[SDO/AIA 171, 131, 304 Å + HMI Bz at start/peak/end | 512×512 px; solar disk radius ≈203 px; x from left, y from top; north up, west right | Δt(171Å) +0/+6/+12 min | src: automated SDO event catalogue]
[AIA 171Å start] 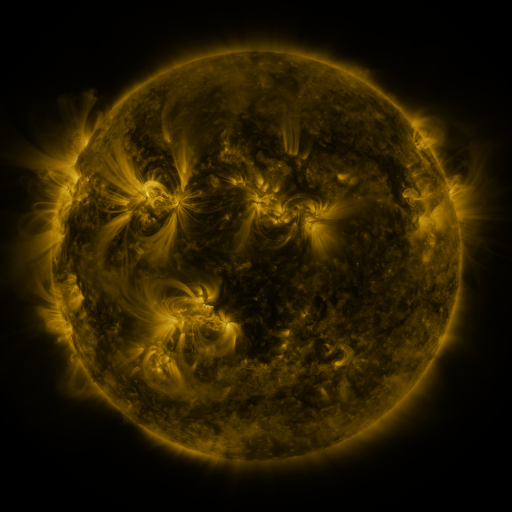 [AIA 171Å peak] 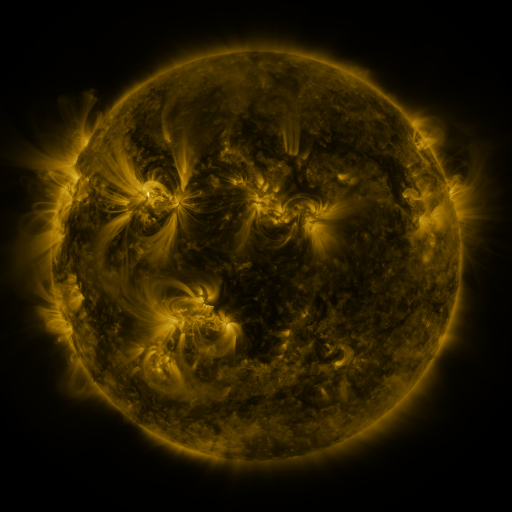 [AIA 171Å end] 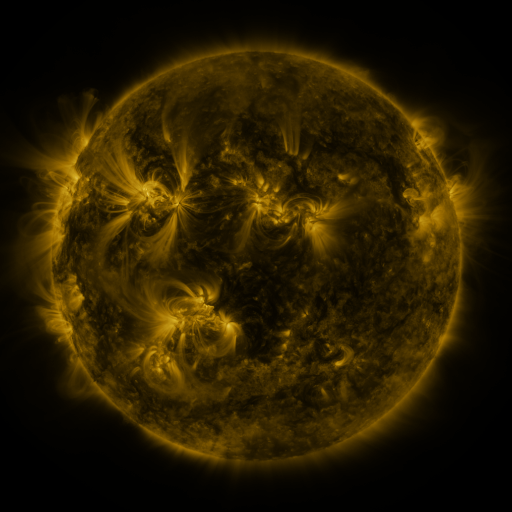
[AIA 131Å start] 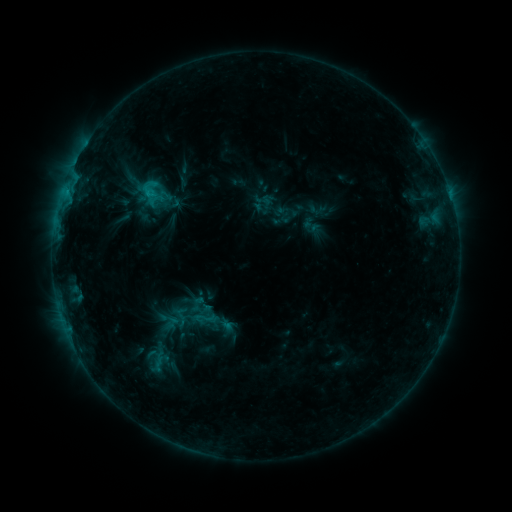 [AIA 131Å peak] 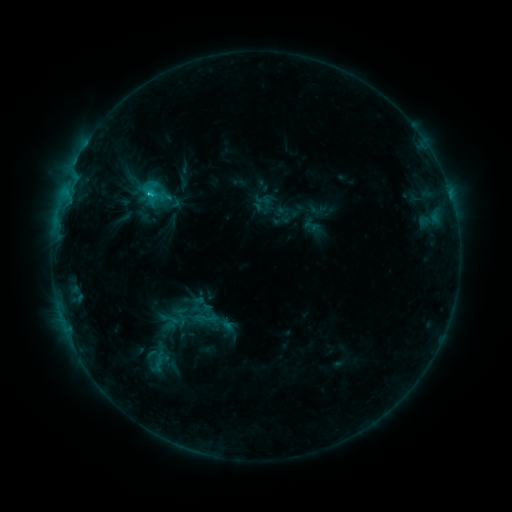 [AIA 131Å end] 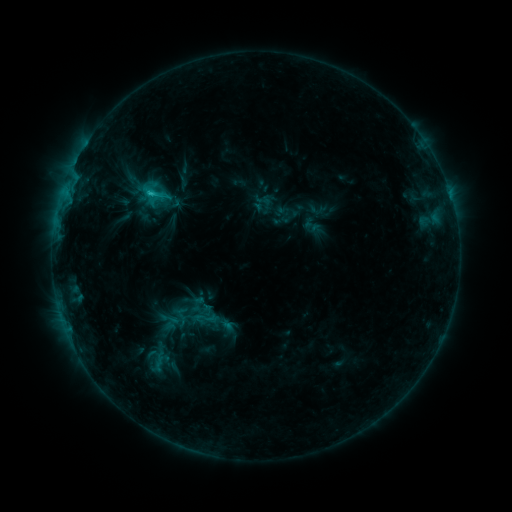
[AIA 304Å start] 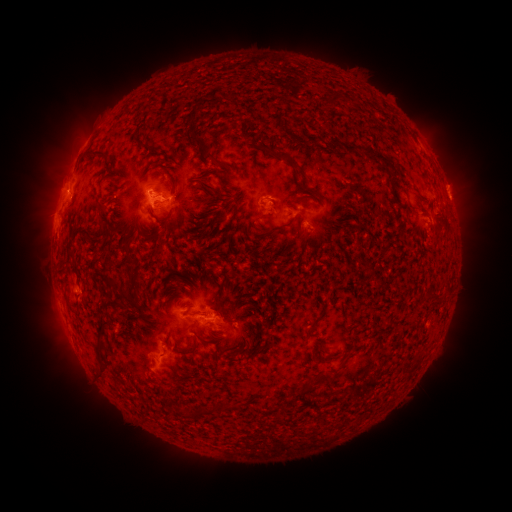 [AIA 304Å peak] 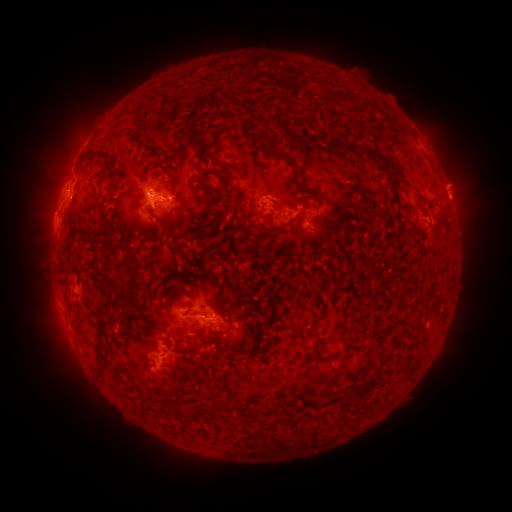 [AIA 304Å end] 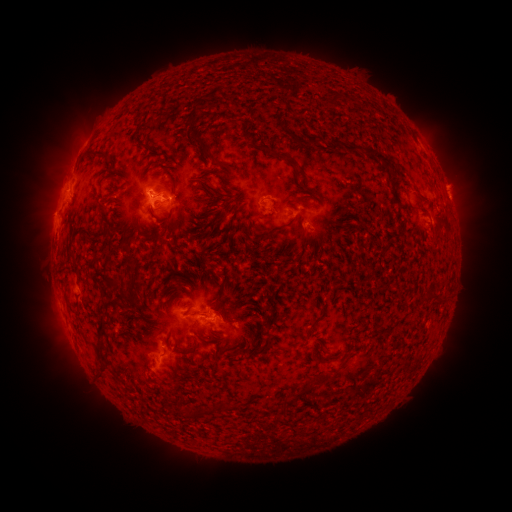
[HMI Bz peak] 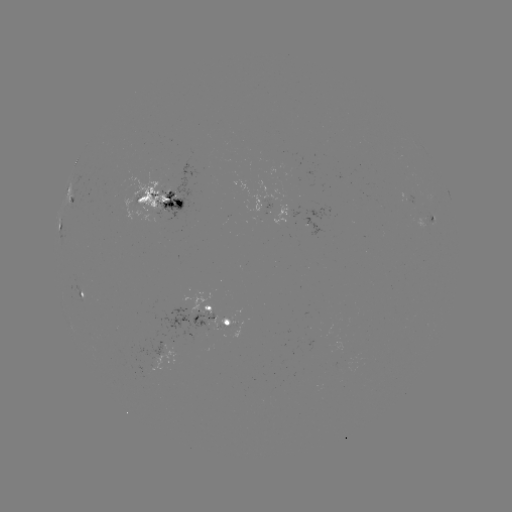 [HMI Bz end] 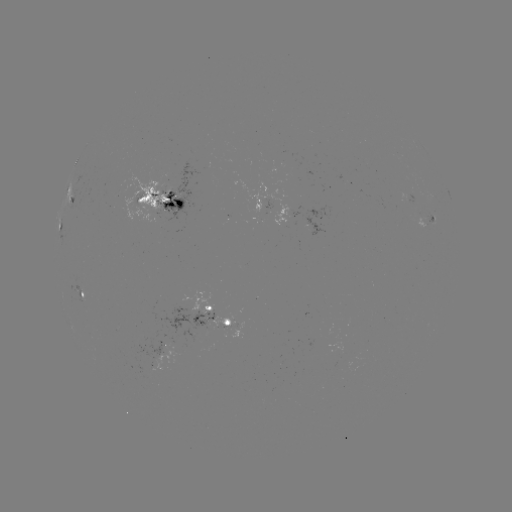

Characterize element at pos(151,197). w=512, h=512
C1.6 flare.